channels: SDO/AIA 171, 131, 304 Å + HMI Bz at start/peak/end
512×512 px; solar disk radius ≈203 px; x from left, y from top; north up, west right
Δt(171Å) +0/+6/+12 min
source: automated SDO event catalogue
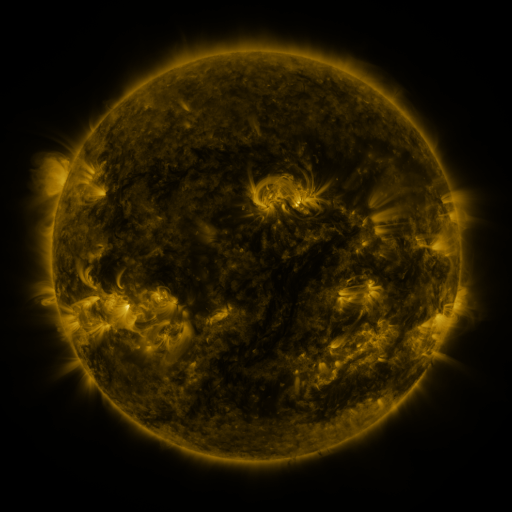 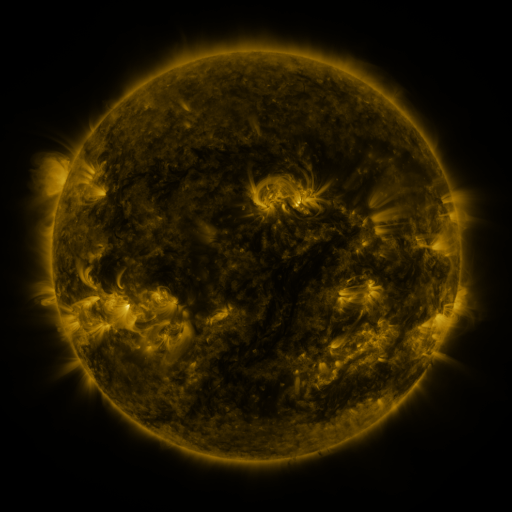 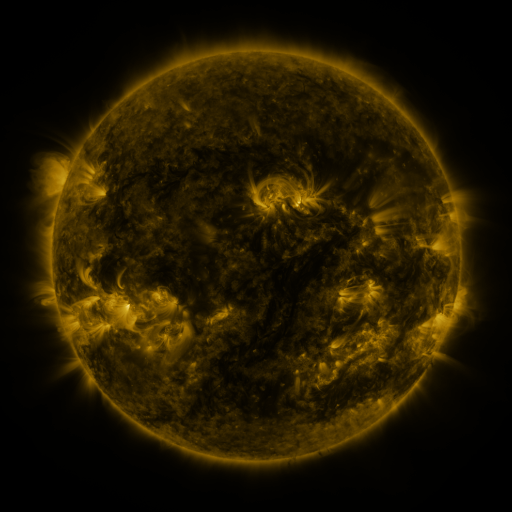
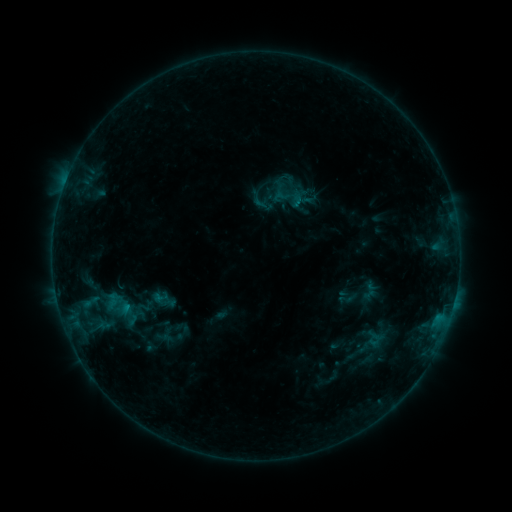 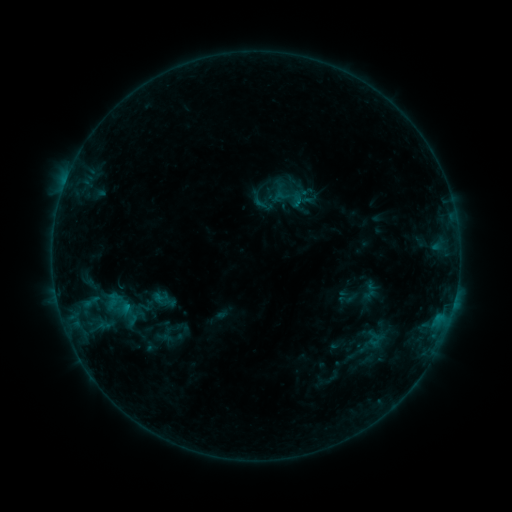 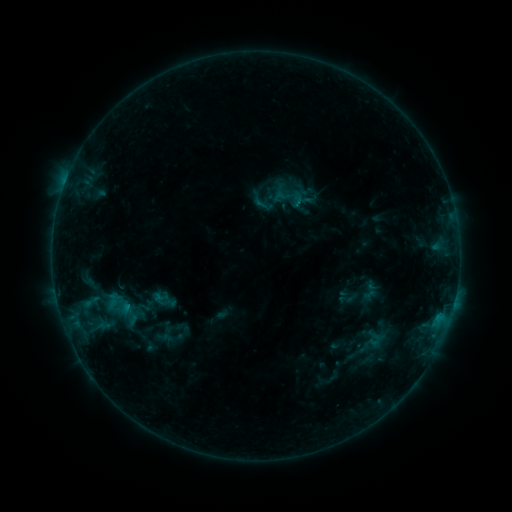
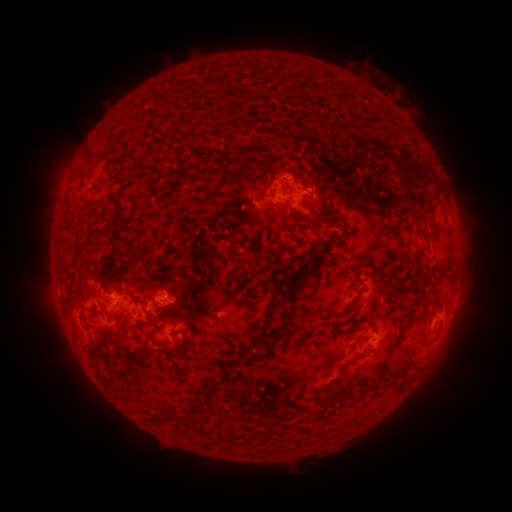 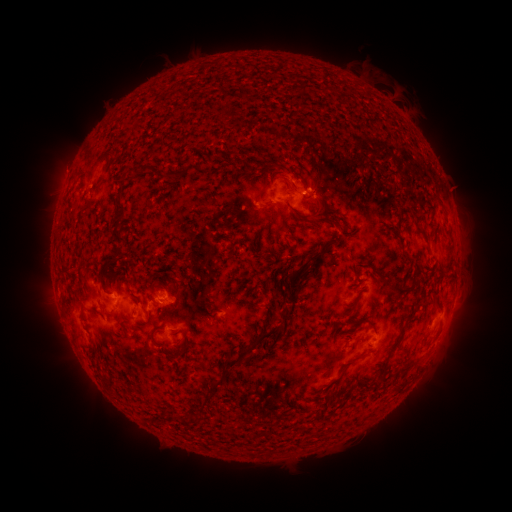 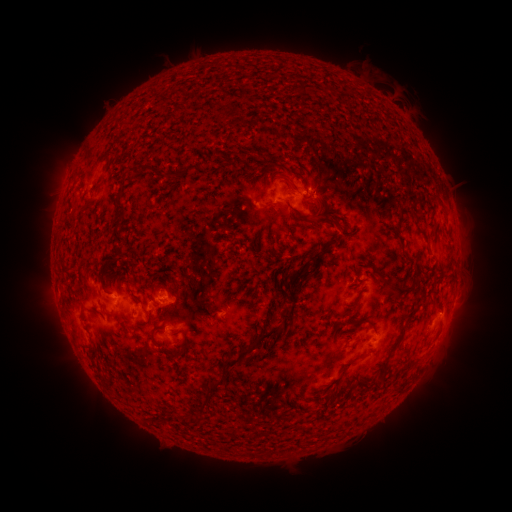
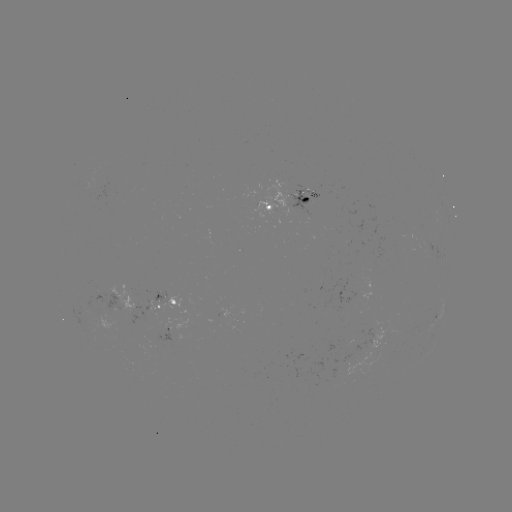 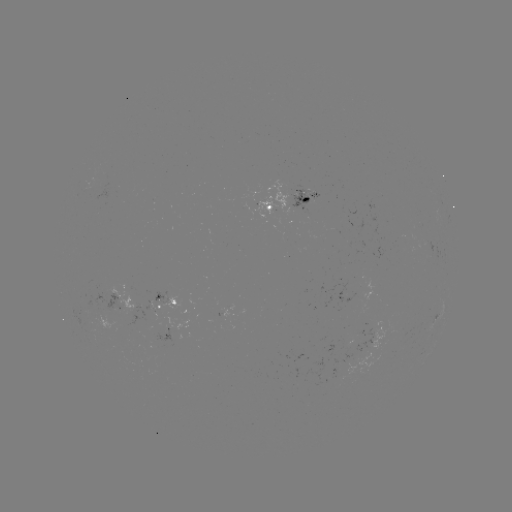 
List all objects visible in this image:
eruption: (293, 174)
